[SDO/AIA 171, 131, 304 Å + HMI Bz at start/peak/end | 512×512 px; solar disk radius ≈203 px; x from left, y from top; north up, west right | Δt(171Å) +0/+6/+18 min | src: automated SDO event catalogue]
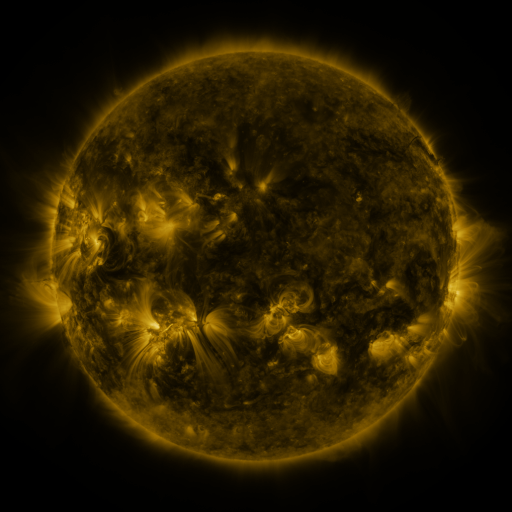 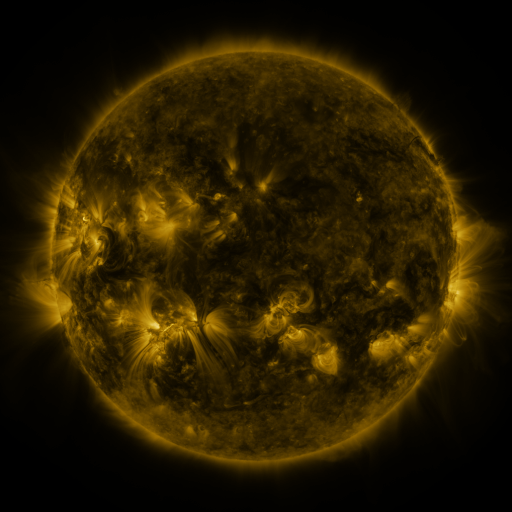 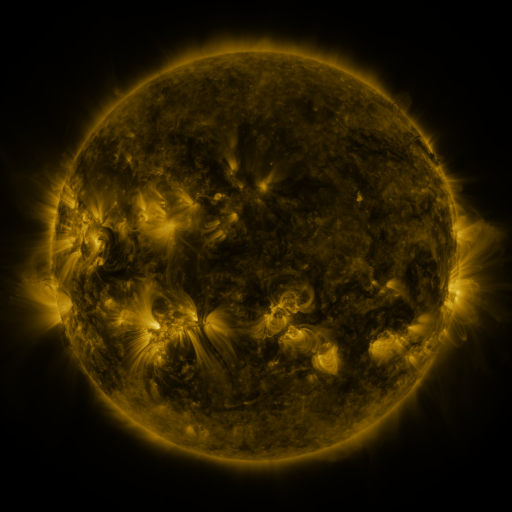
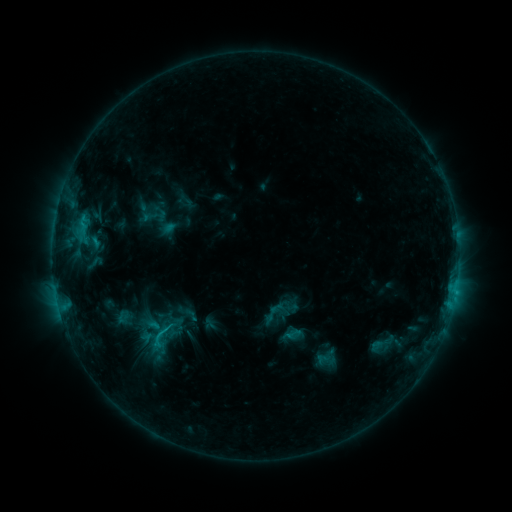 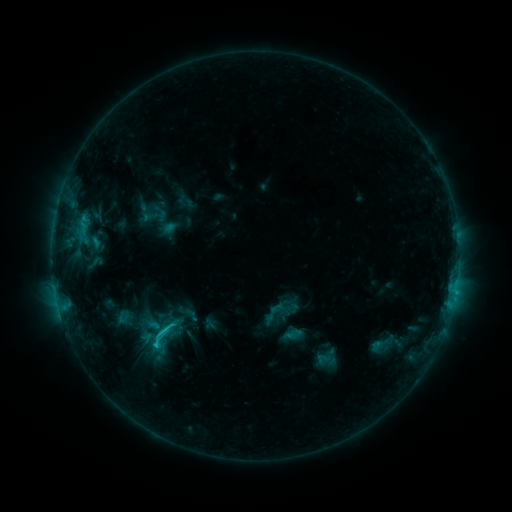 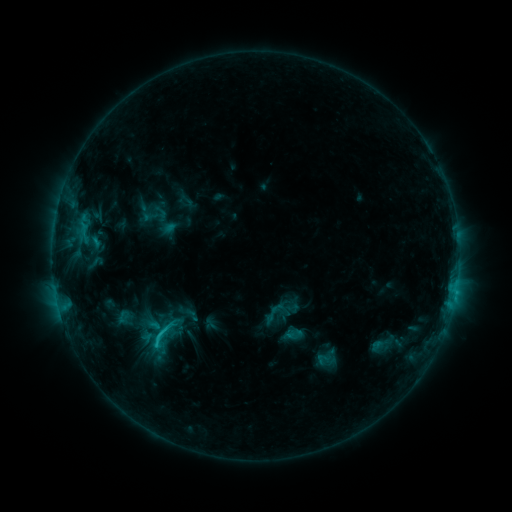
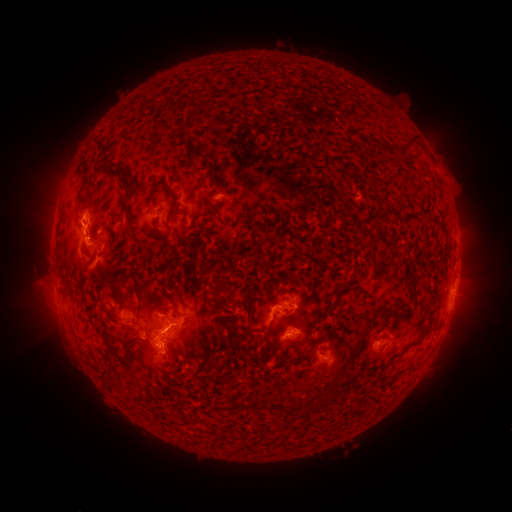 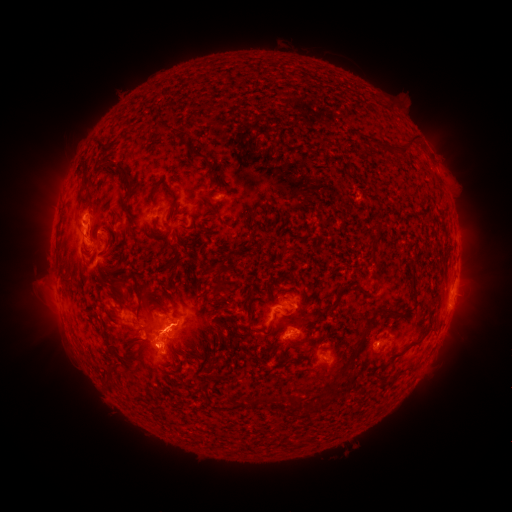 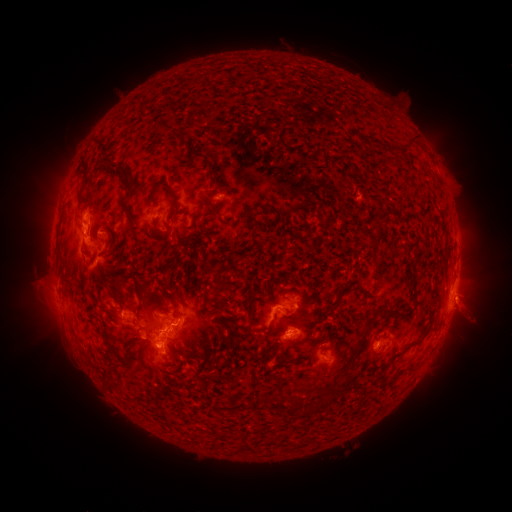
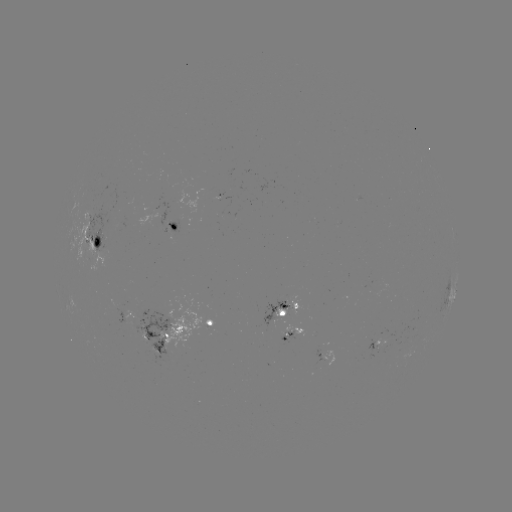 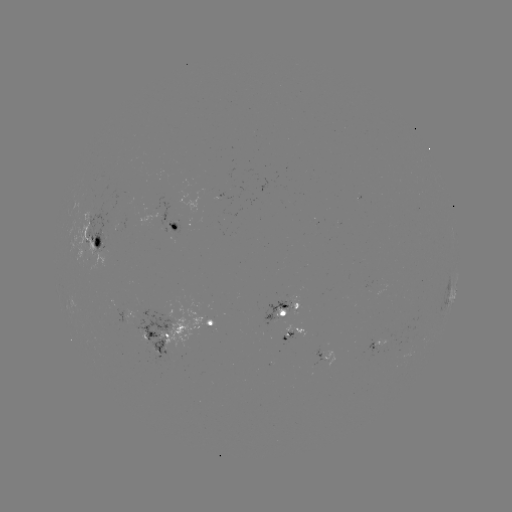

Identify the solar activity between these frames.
C2.2 flare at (156, 343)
